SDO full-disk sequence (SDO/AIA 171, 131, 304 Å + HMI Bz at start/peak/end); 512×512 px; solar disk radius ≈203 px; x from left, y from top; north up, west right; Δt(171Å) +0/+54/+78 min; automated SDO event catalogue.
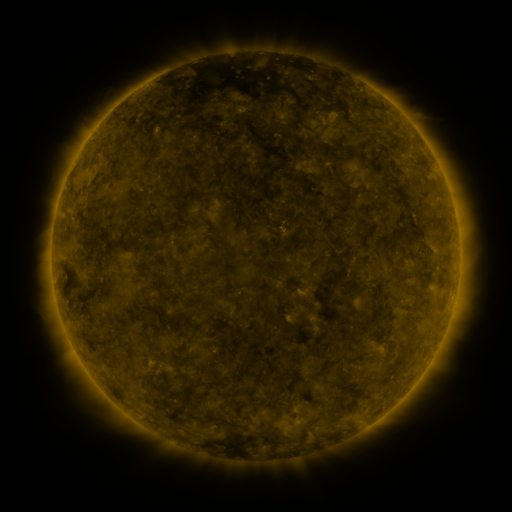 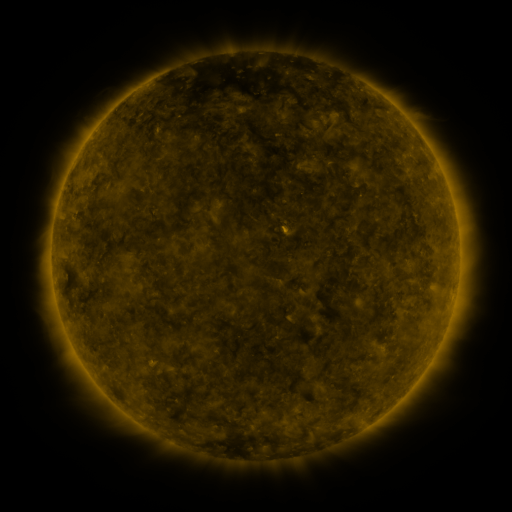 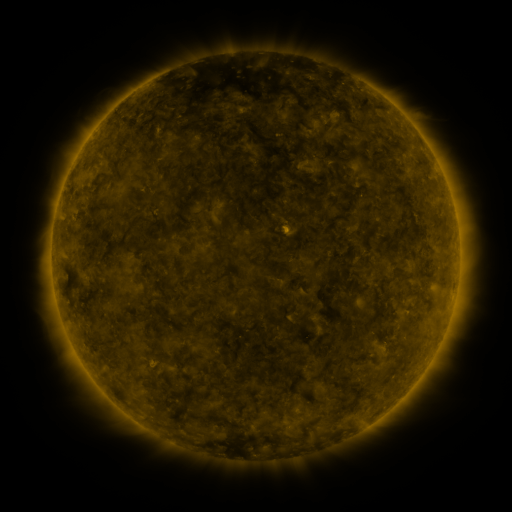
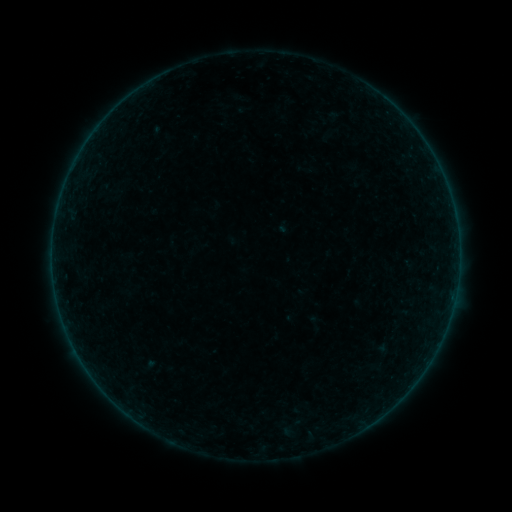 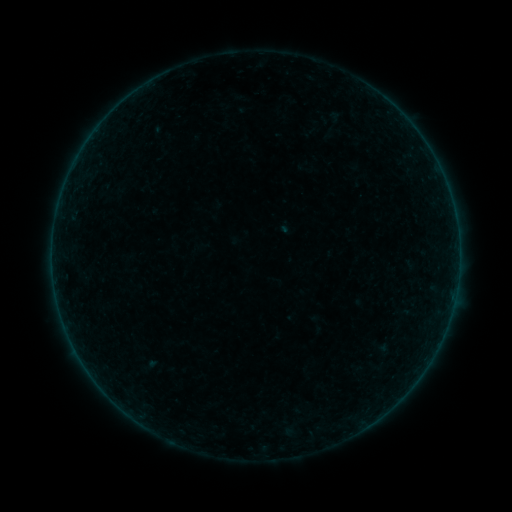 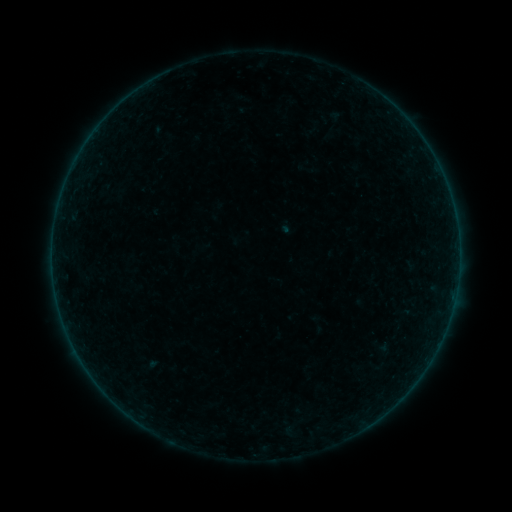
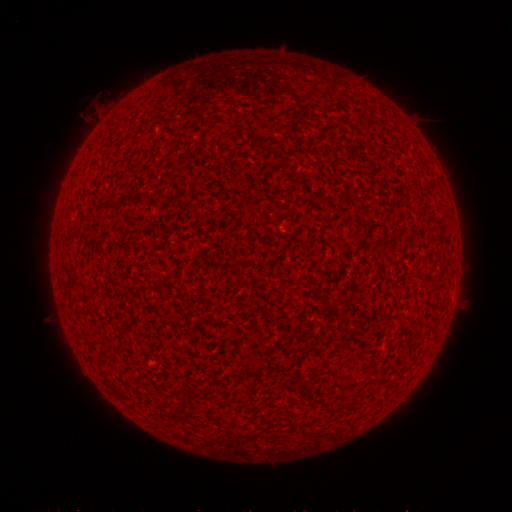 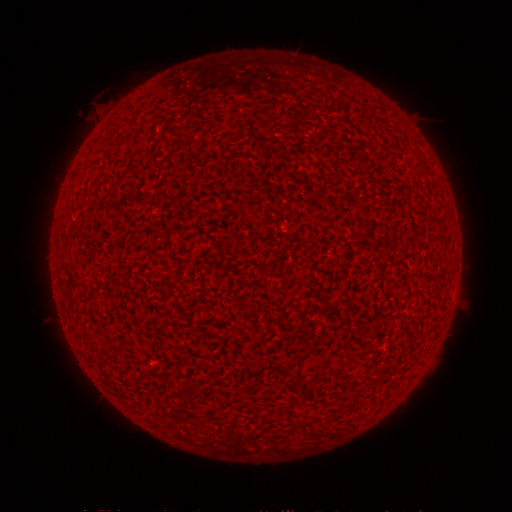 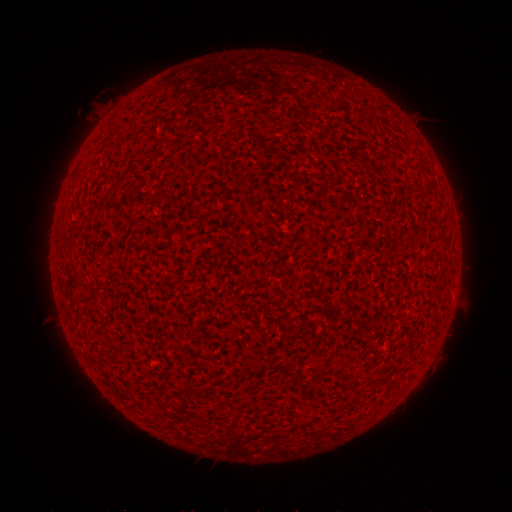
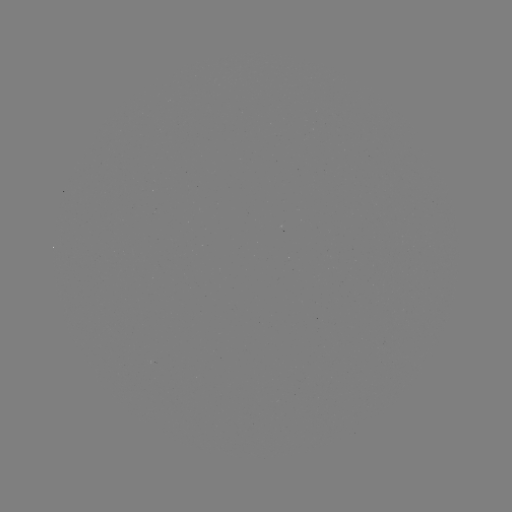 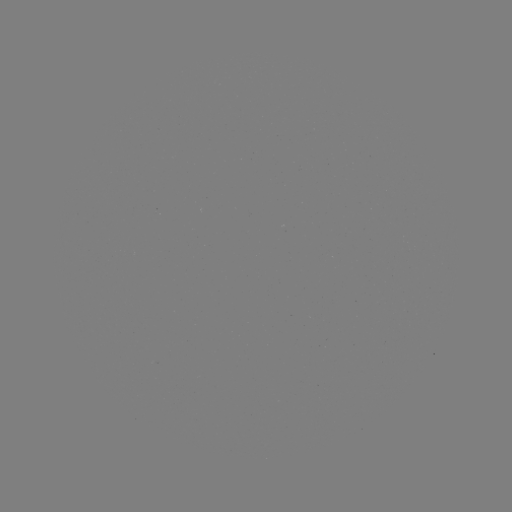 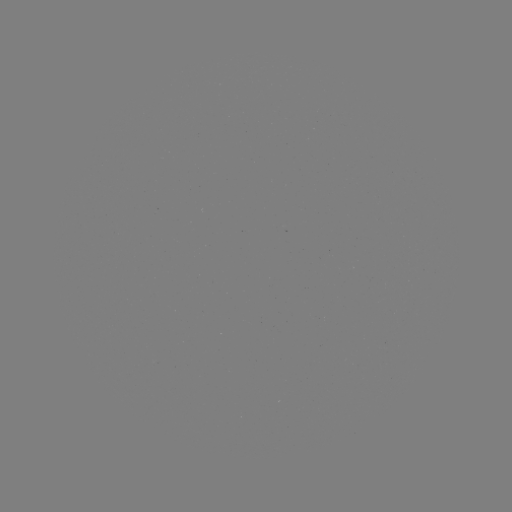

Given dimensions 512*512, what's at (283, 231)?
A7.0 flare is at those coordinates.